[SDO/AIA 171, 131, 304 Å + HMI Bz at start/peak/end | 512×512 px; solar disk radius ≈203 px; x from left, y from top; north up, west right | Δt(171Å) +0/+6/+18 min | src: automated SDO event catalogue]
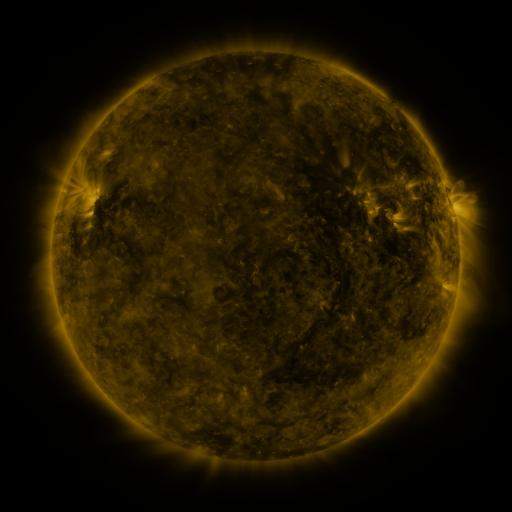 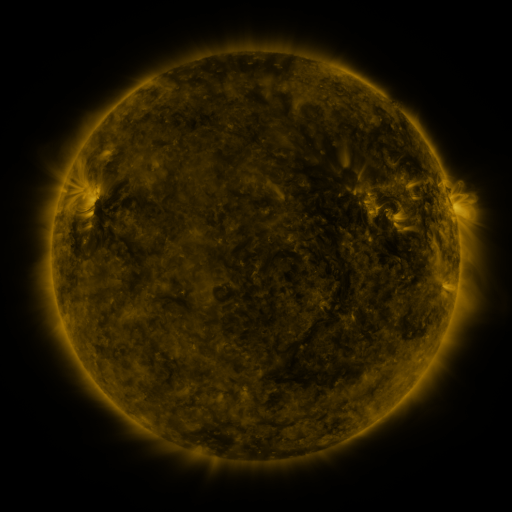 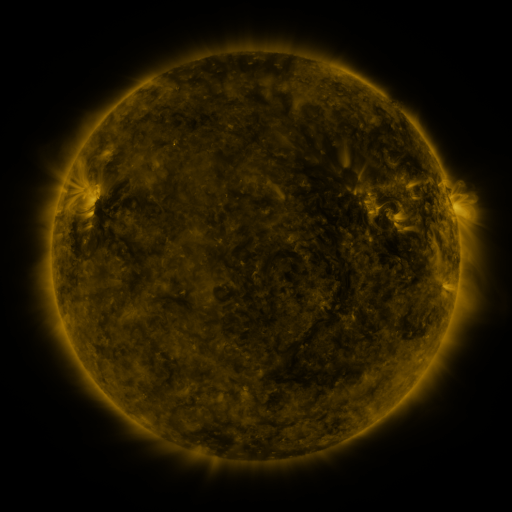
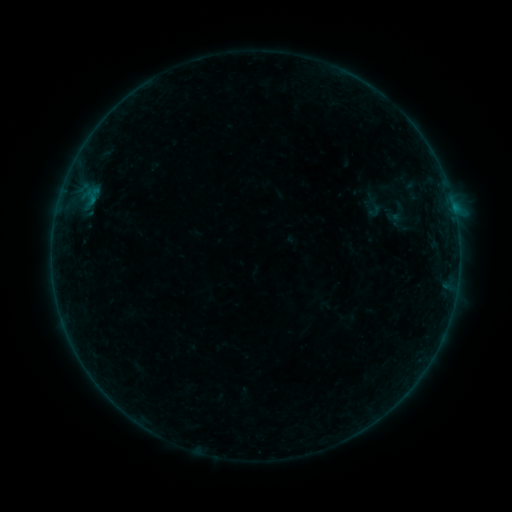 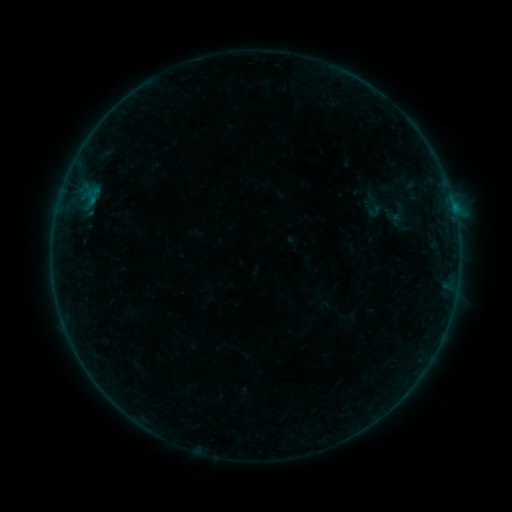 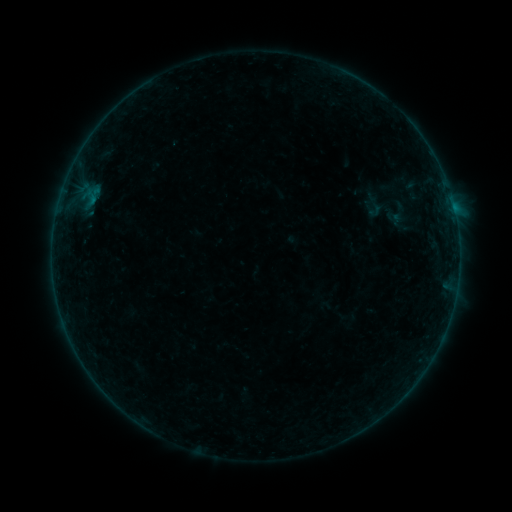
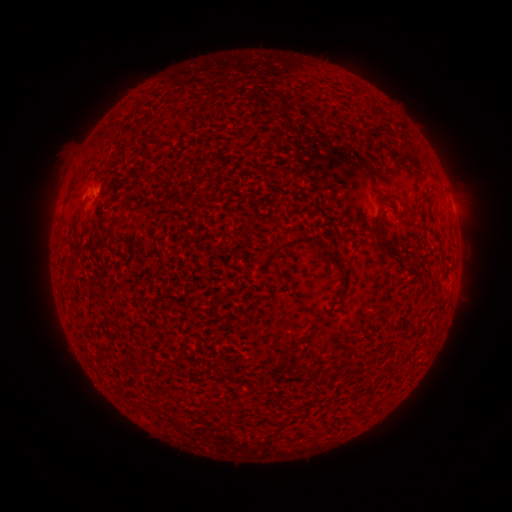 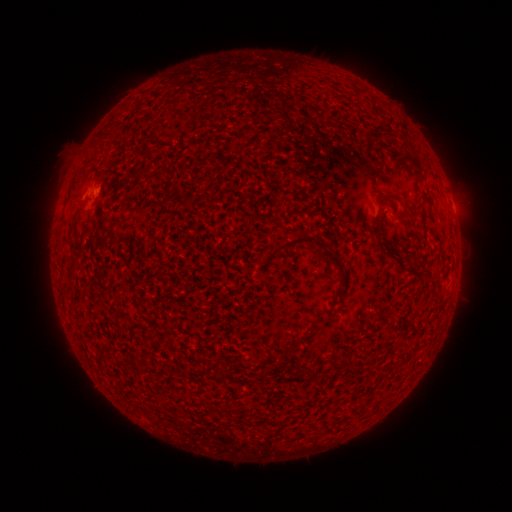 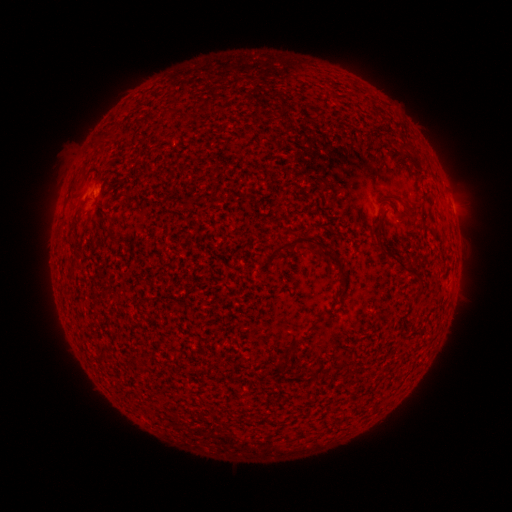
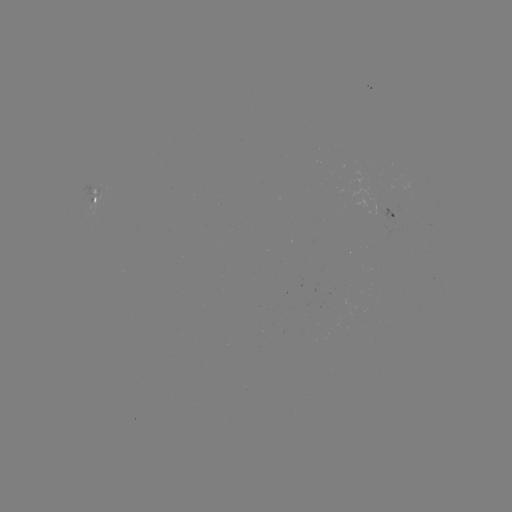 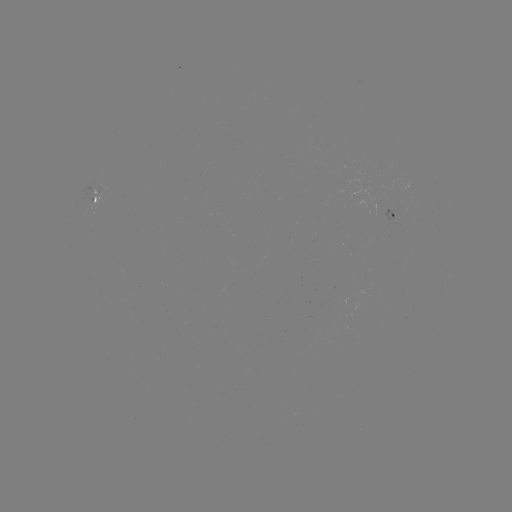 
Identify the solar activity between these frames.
nothing was catalogued: no classed flare, no EUV trigger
